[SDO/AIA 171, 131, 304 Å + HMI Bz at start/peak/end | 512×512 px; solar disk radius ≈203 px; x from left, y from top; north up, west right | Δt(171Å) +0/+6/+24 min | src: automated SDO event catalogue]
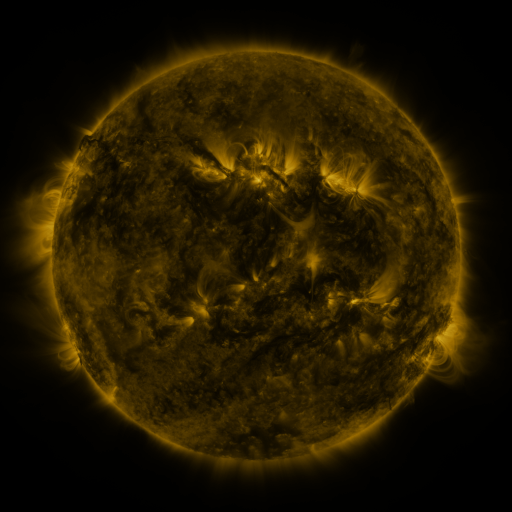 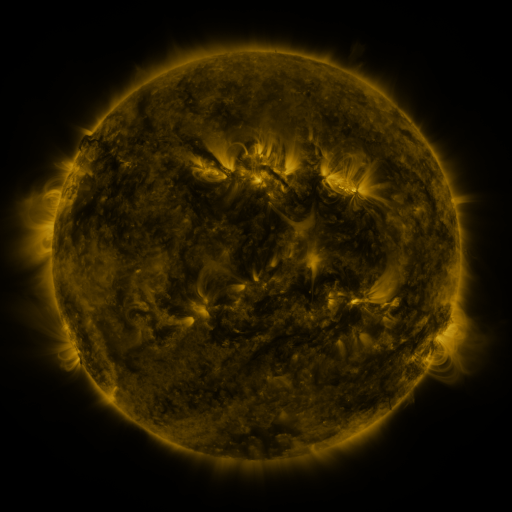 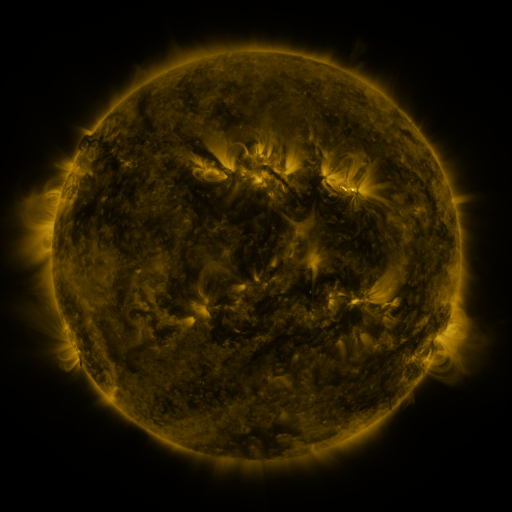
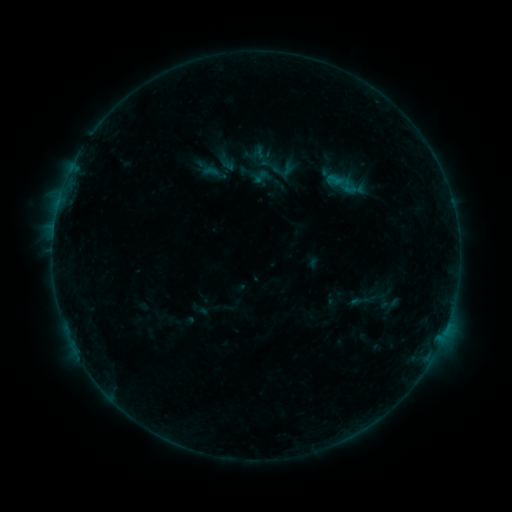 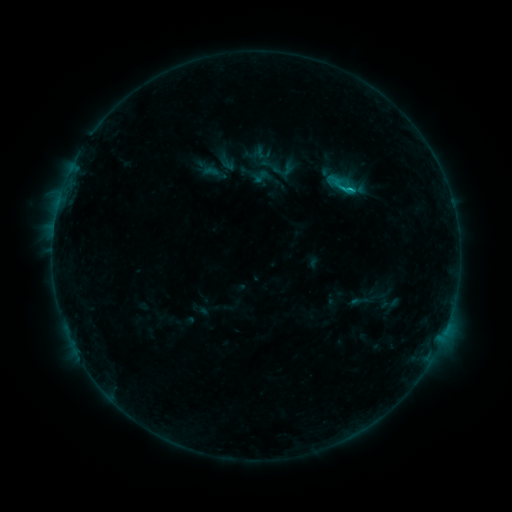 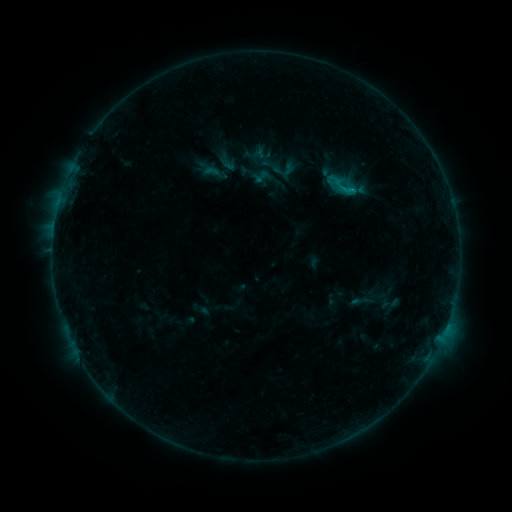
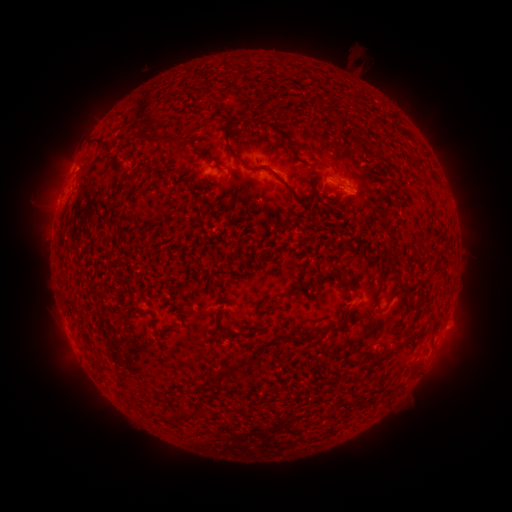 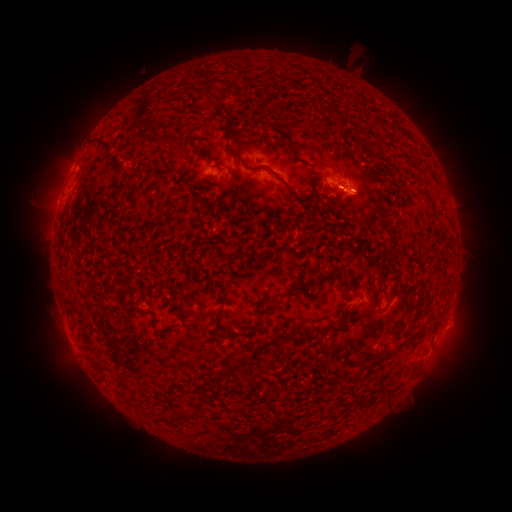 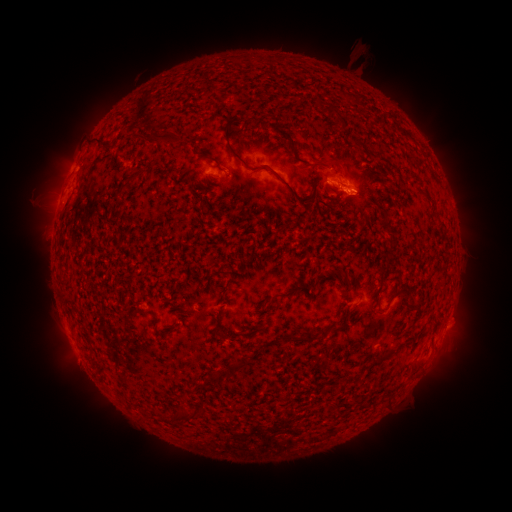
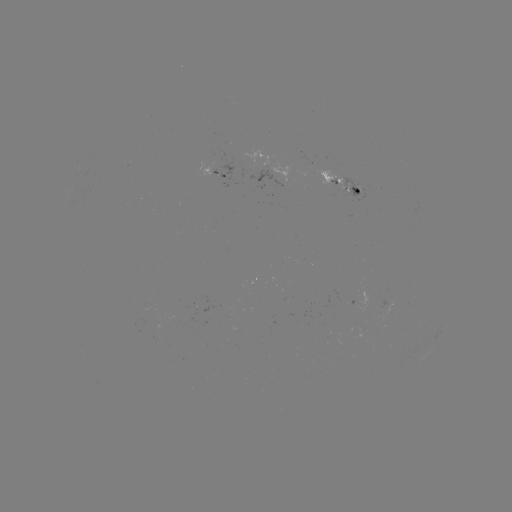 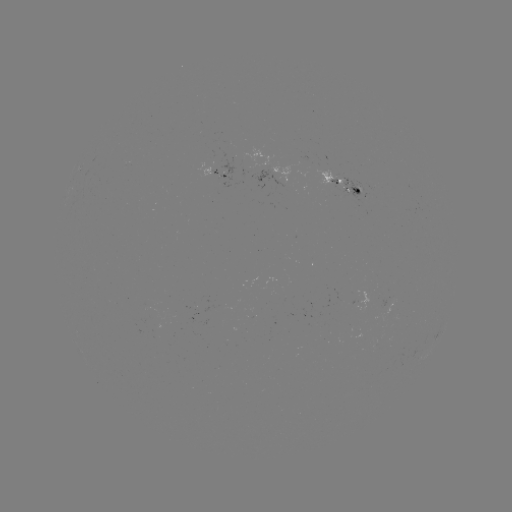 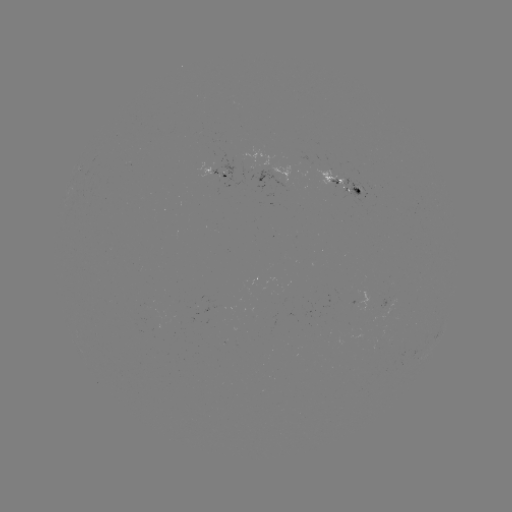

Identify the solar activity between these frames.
B9.8 flare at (349, 191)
